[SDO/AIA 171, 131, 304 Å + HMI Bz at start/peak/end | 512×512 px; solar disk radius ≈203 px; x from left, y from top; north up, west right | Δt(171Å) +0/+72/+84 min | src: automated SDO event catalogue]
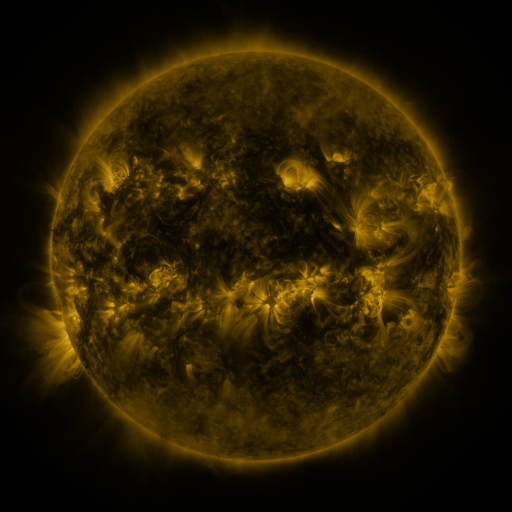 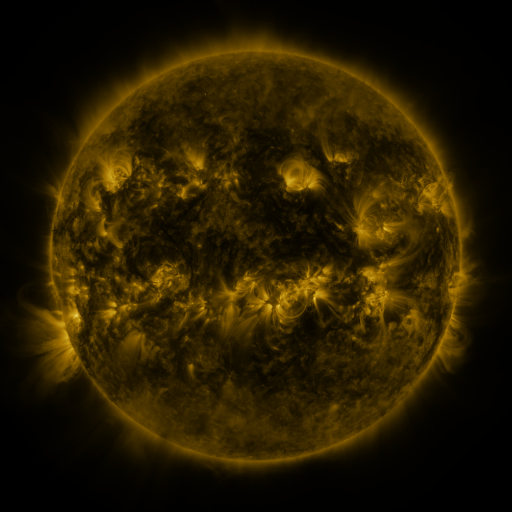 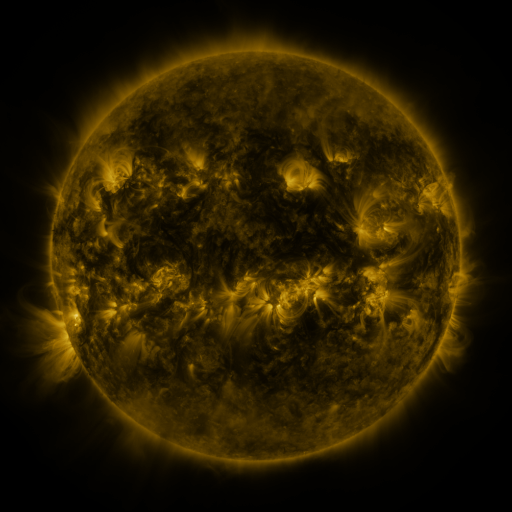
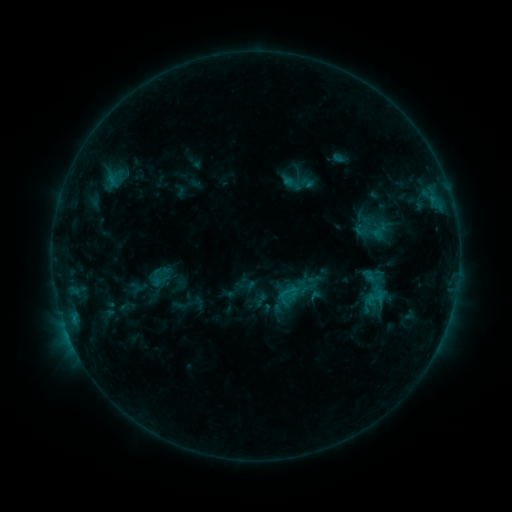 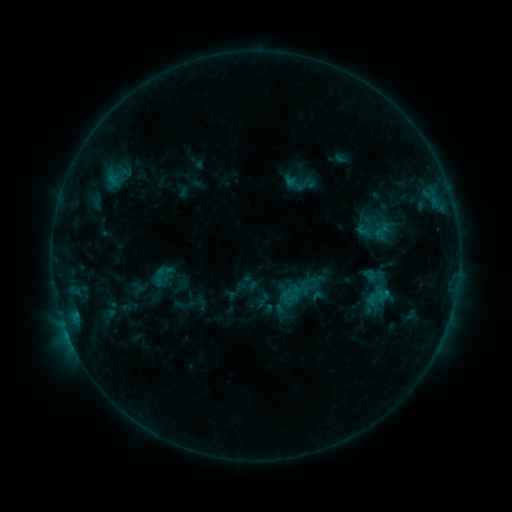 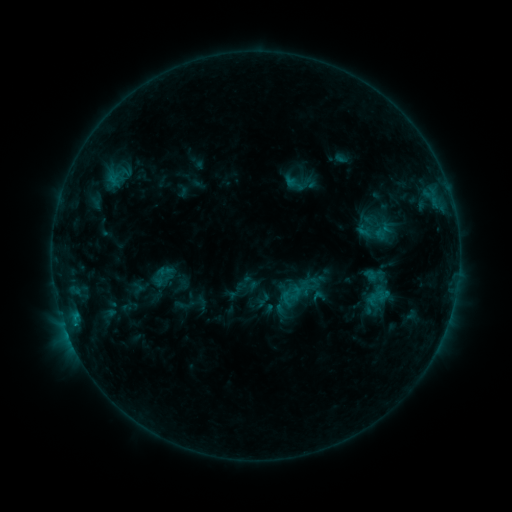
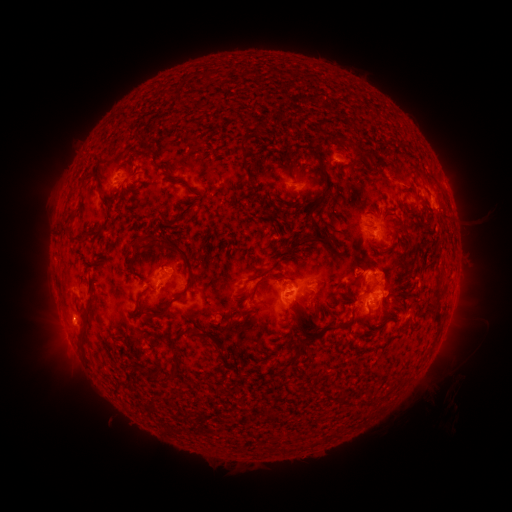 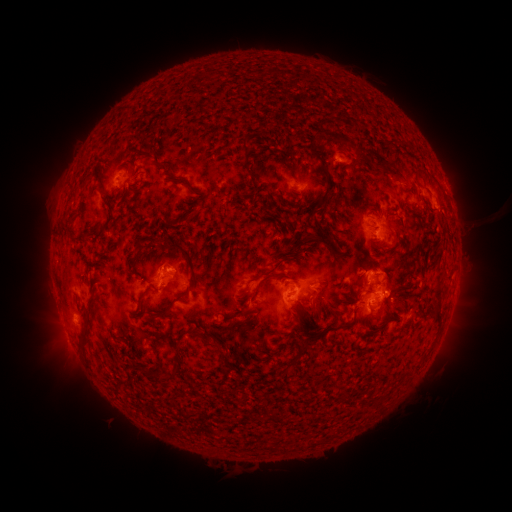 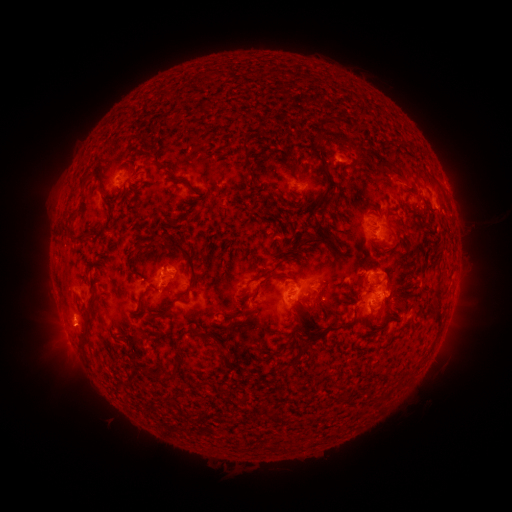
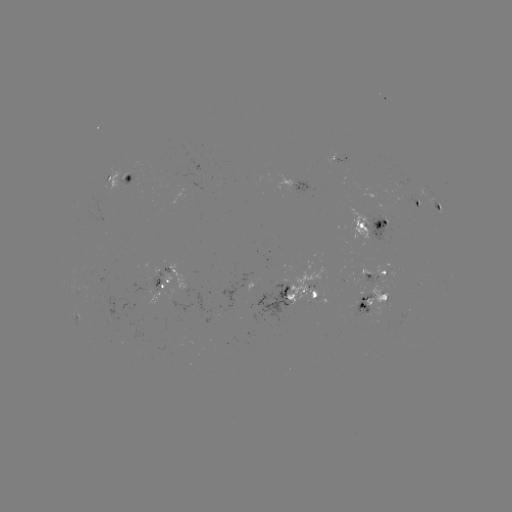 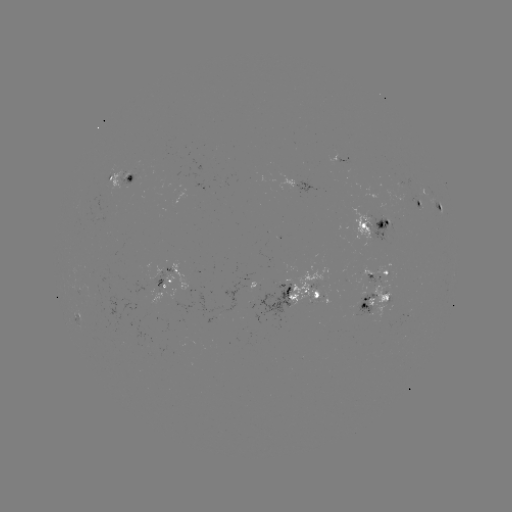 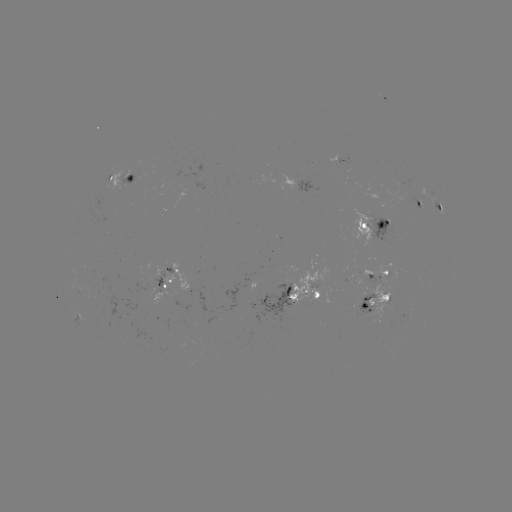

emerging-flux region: [169, 170, 178, 183]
